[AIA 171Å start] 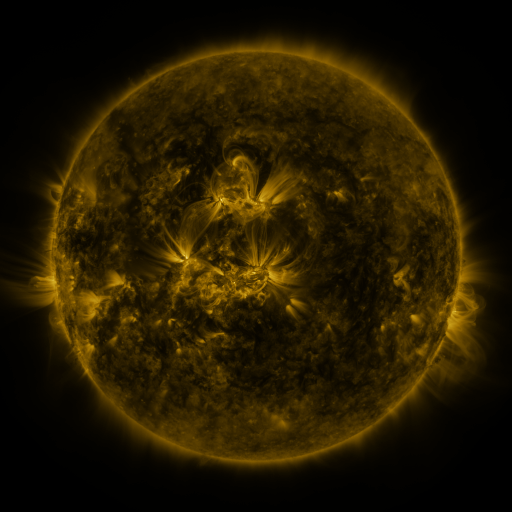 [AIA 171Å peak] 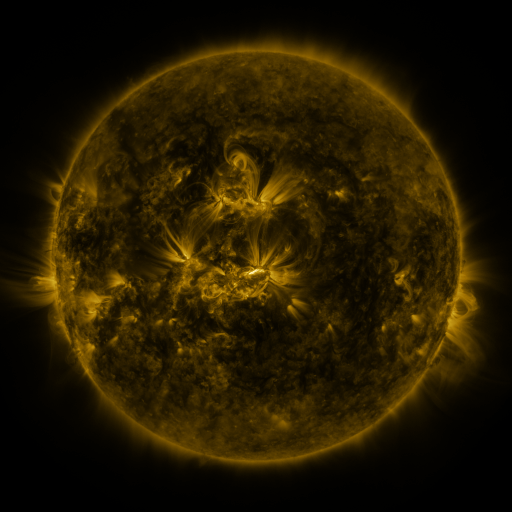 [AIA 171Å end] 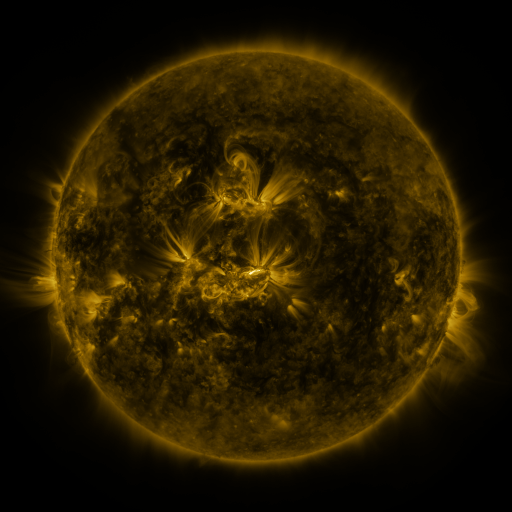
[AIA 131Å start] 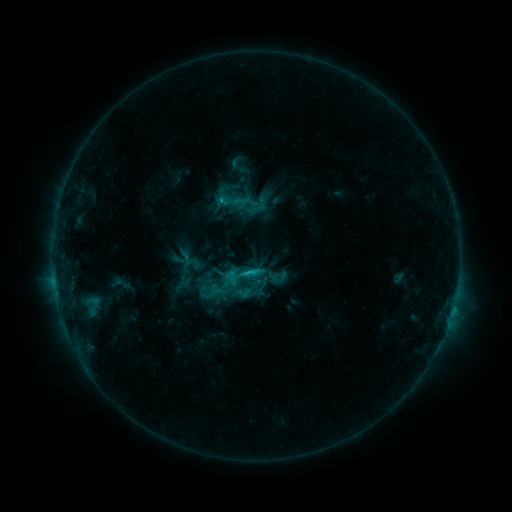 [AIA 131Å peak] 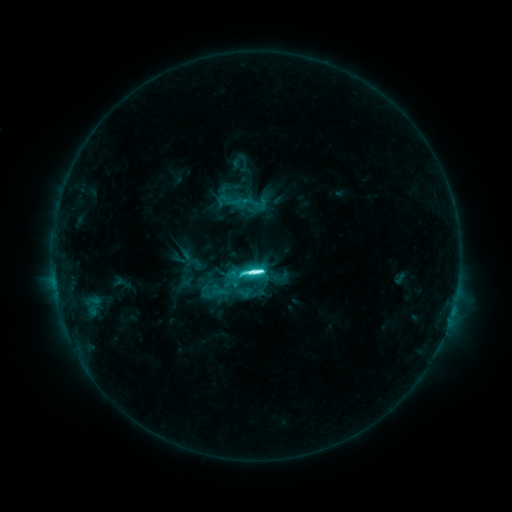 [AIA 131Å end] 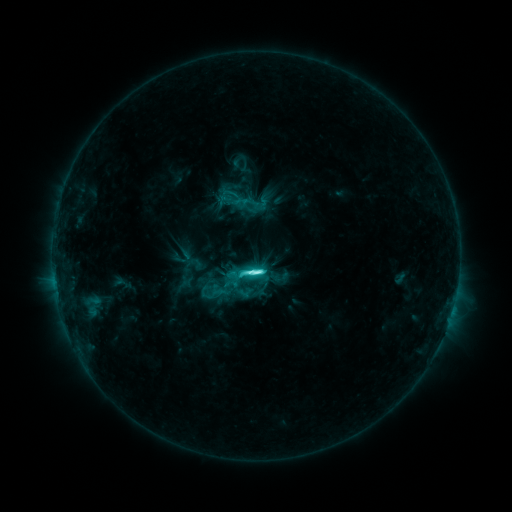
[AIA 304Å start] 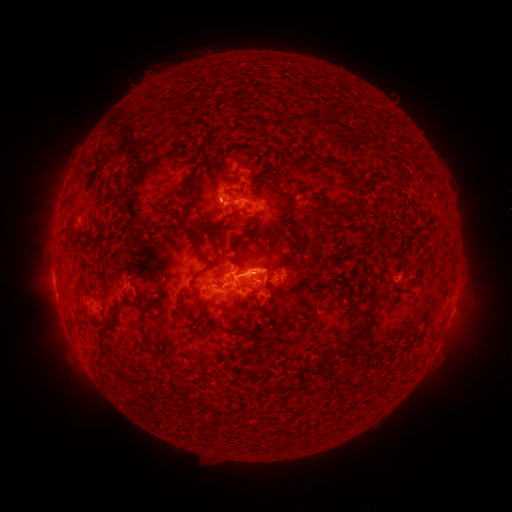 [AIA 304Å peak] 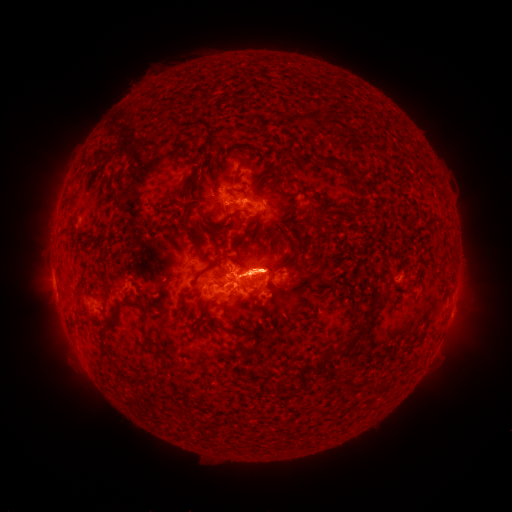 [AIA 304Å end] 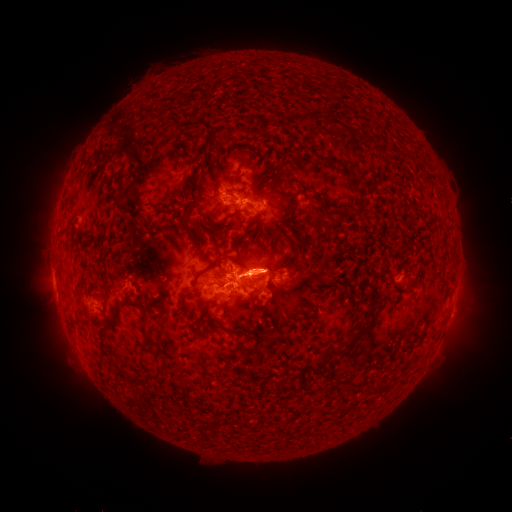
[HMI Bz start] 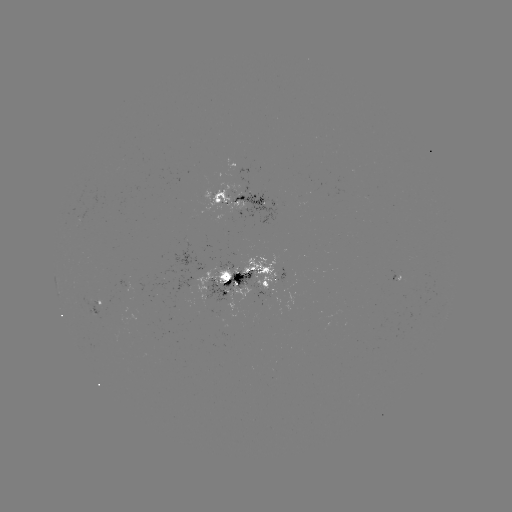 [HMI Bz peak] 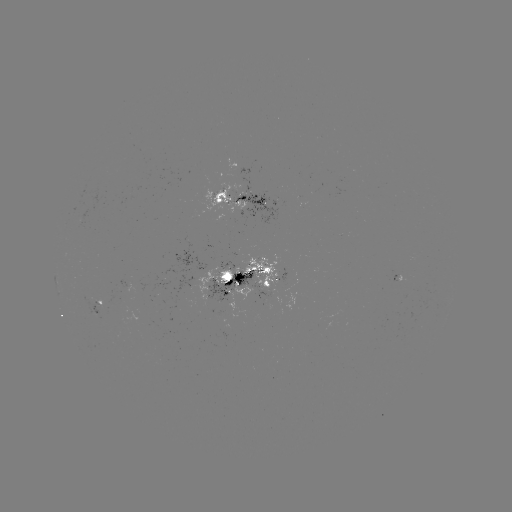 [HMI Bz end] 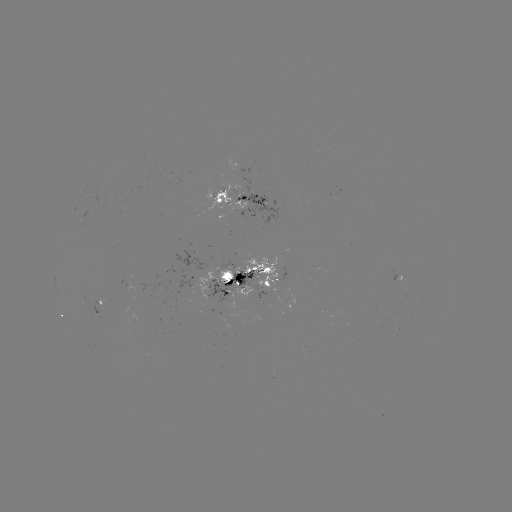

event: flare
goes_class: M1.3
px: (252, 269)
